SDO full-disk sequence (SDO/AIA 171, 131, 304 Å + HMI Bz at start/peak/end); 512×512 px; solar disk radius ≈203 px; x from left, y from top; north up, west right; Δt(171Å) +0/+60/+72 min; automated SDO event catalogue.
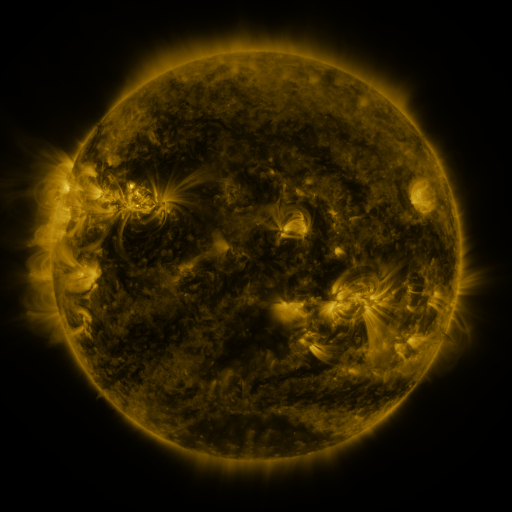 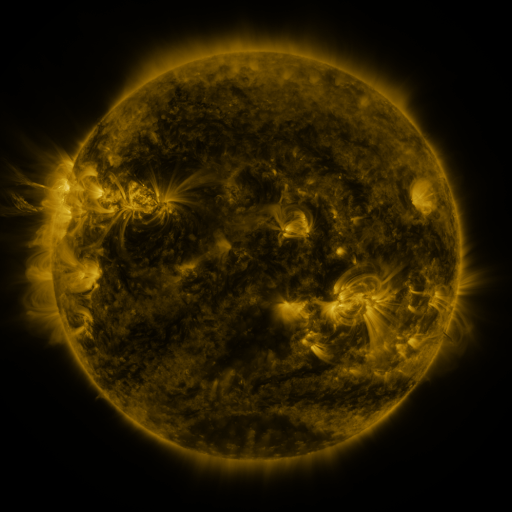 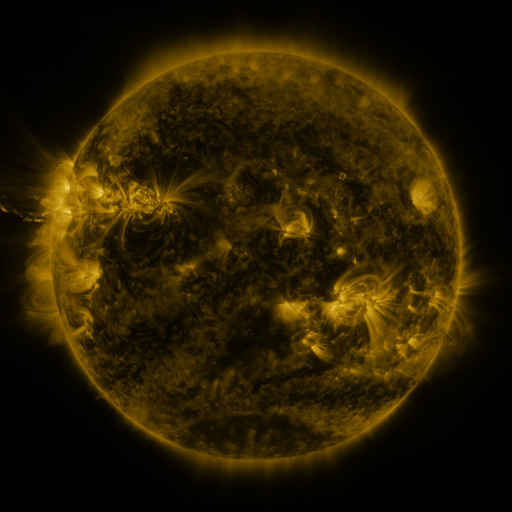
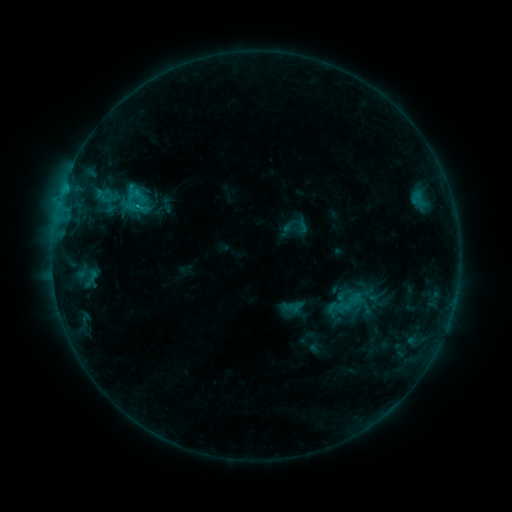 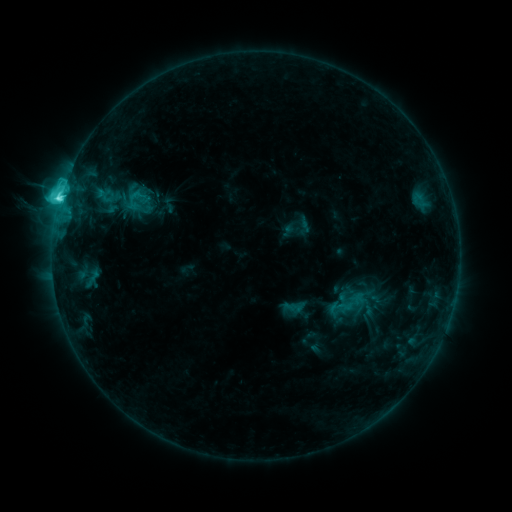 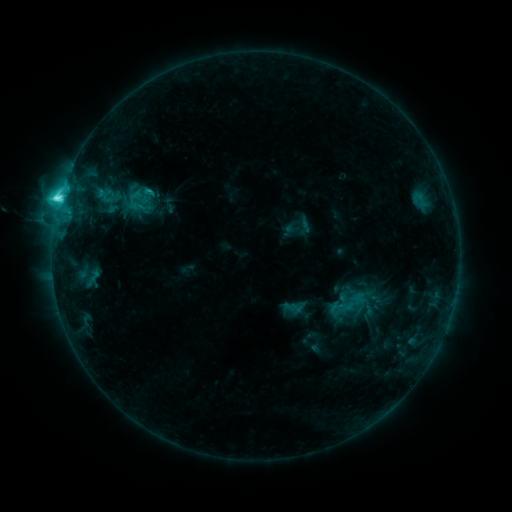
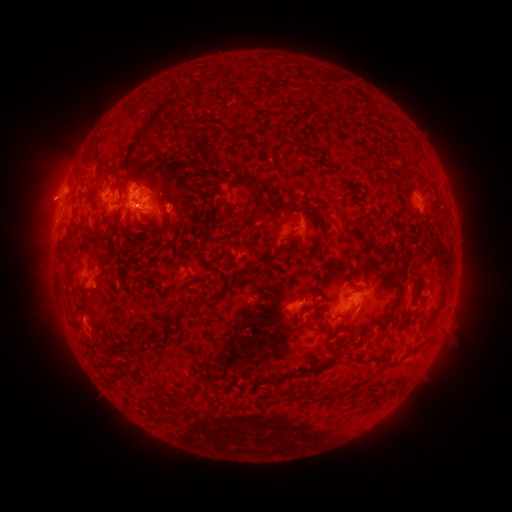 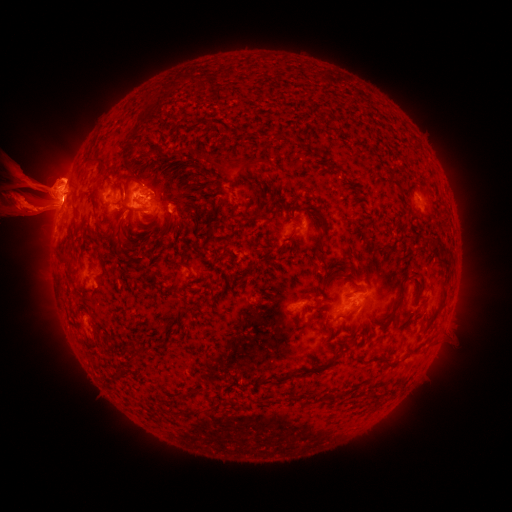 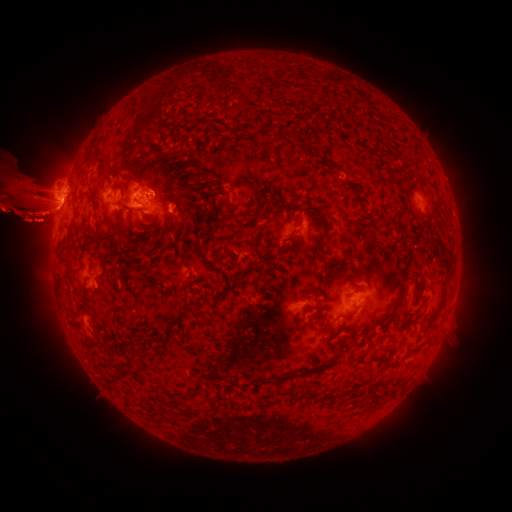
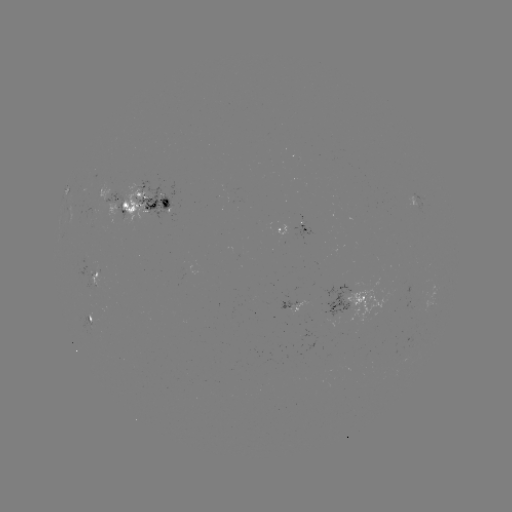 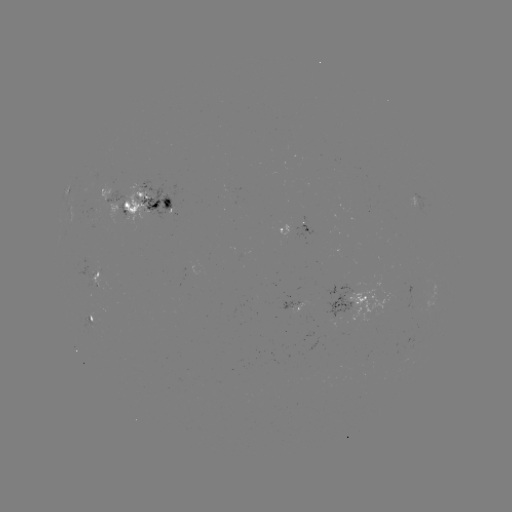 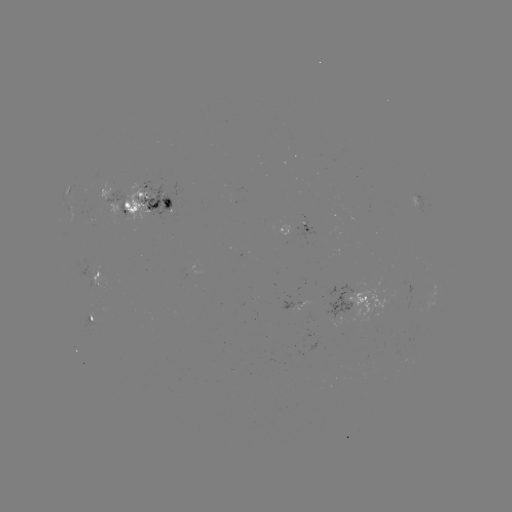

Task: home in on emerging-flux region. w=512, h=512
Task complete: (345, 306).